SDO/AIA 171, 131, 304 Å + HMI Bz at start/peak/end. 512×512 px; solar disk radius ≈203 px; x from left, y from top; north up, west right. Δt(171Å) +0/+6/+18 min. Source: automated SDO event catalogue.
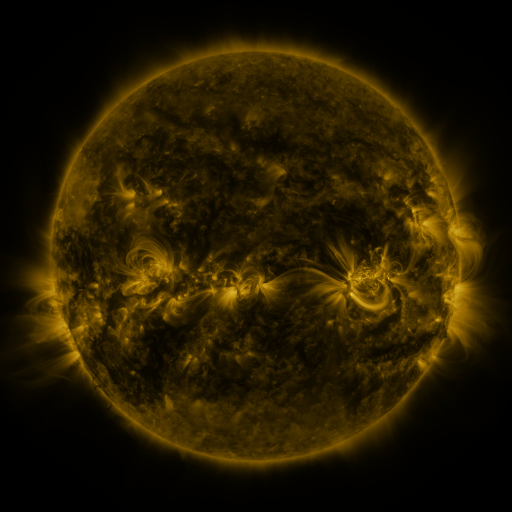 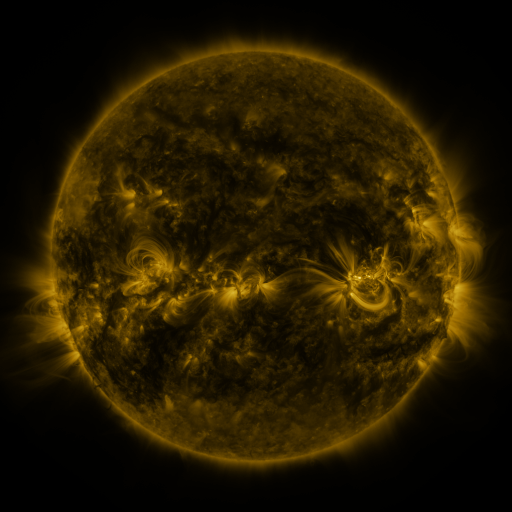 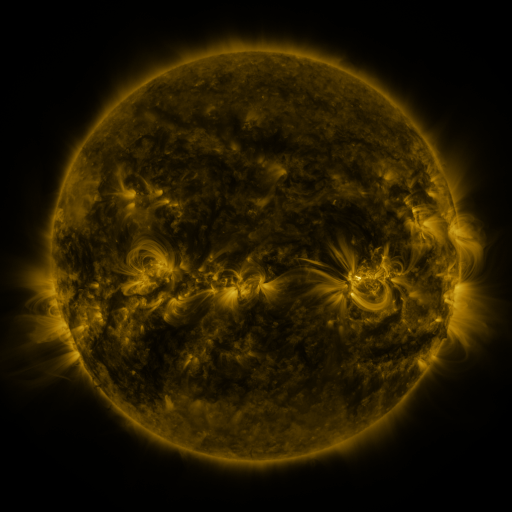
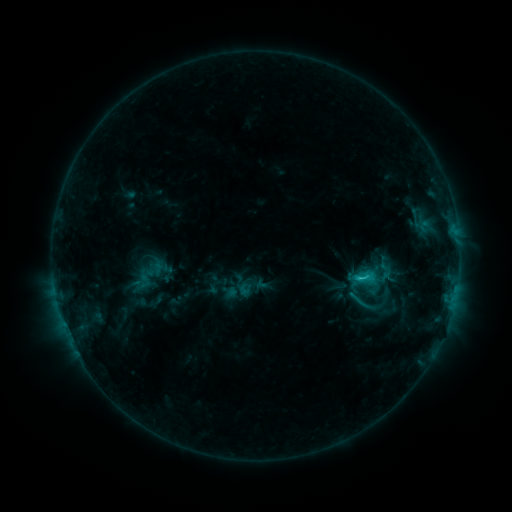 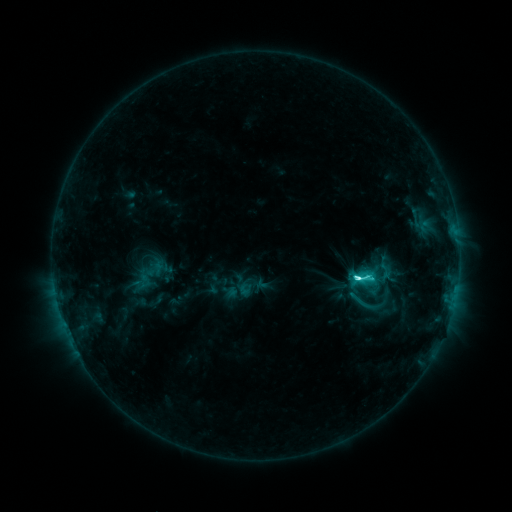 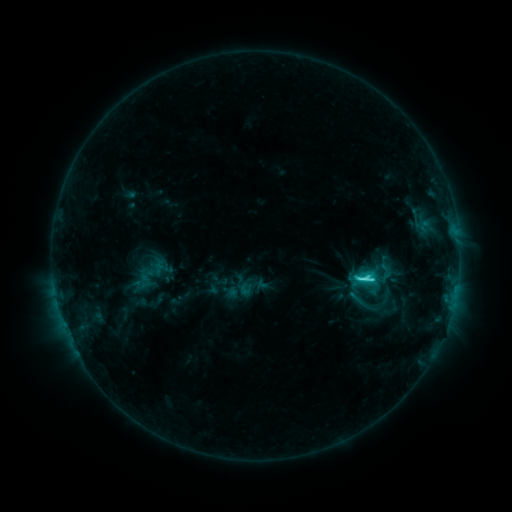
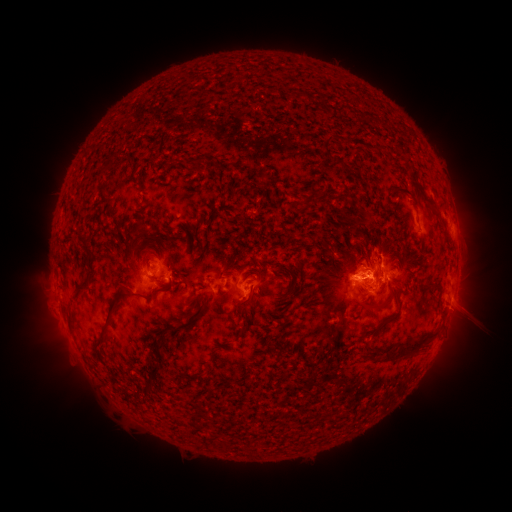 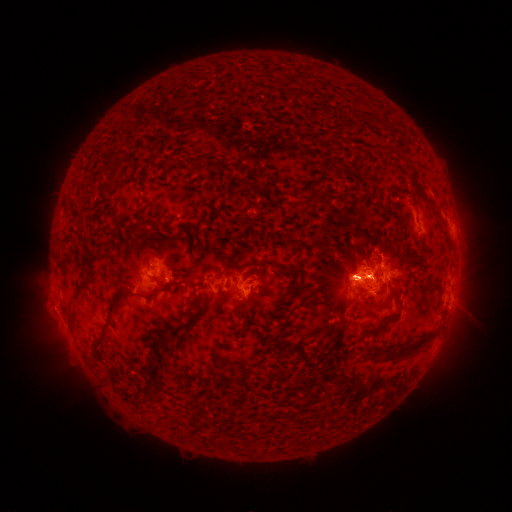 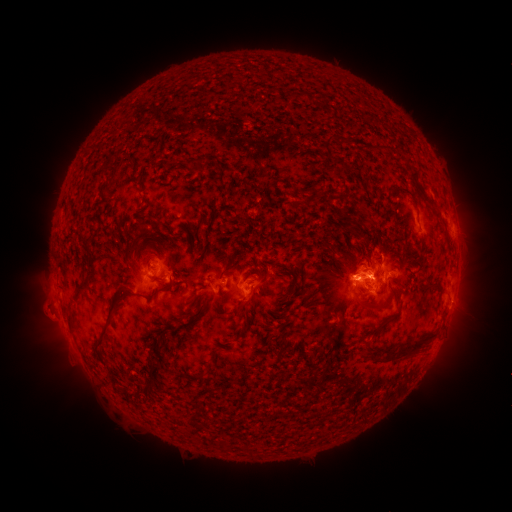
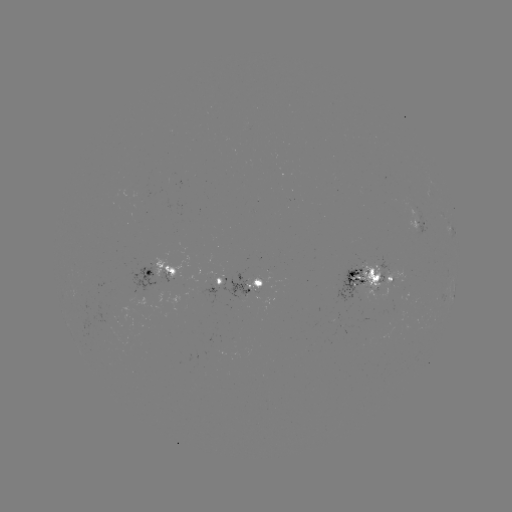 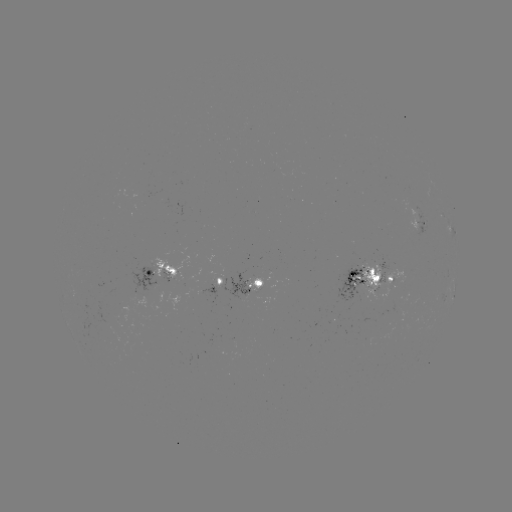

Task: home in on C6.6 flare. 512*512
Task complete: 355,277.